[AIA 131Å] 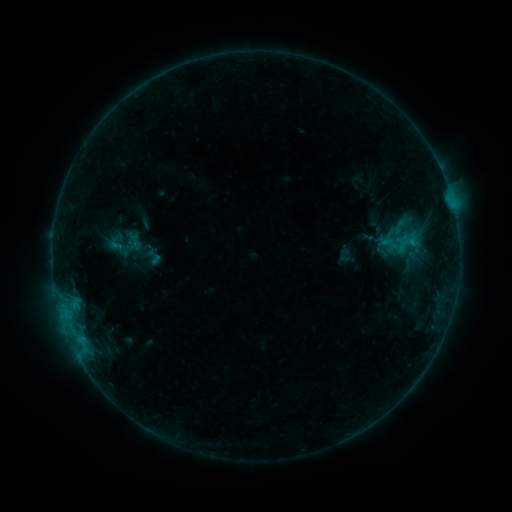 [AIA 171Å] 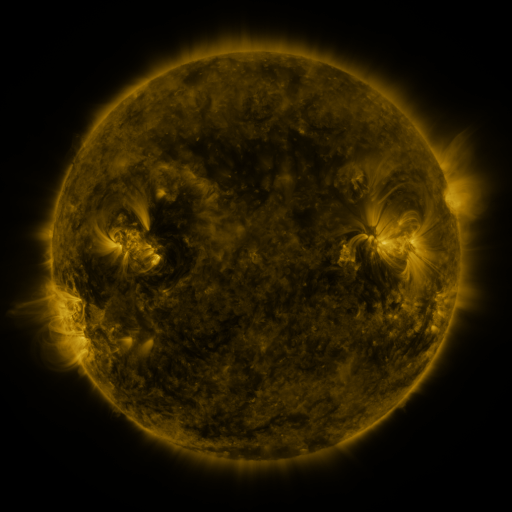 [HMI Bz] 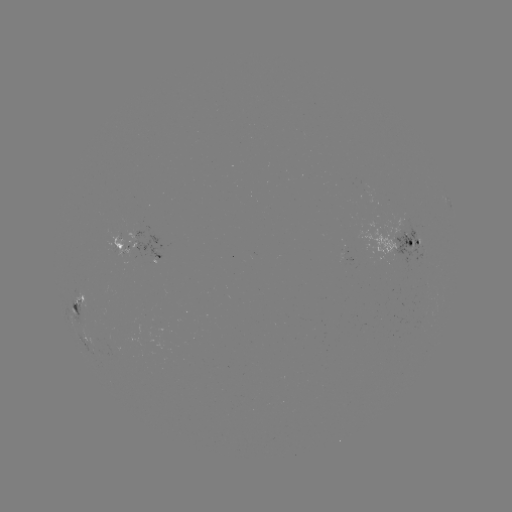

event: sigmoid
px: (399, 227)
